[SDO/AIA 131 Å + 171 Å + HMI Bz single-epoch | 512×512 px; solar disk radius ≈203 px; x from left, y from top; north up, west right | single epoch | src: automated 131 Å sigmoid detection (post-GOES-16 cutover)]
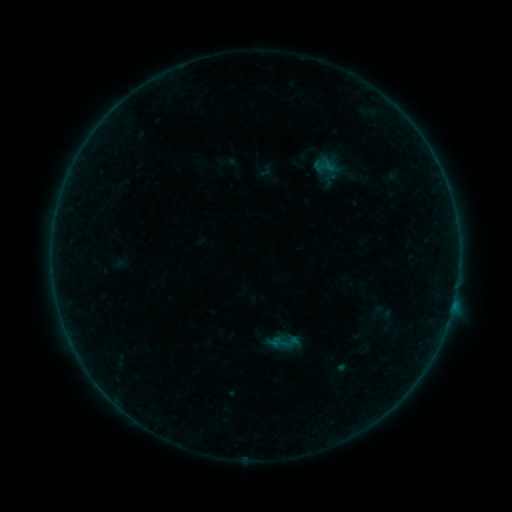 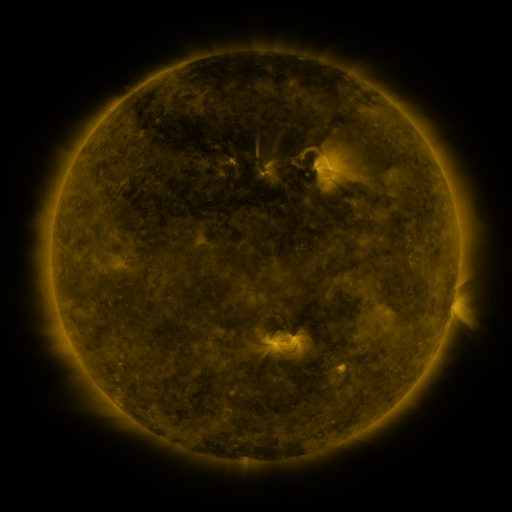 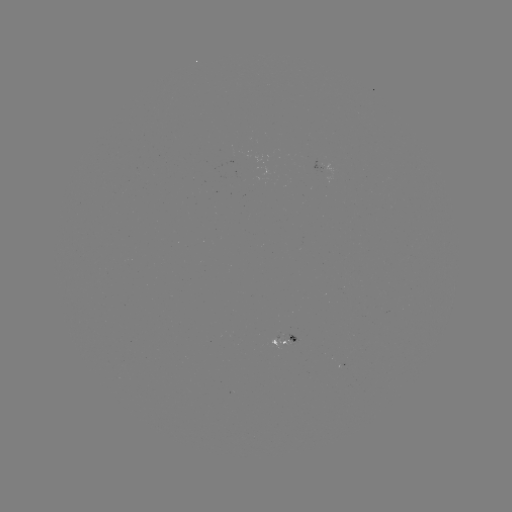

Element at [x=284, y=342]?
sigmoid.